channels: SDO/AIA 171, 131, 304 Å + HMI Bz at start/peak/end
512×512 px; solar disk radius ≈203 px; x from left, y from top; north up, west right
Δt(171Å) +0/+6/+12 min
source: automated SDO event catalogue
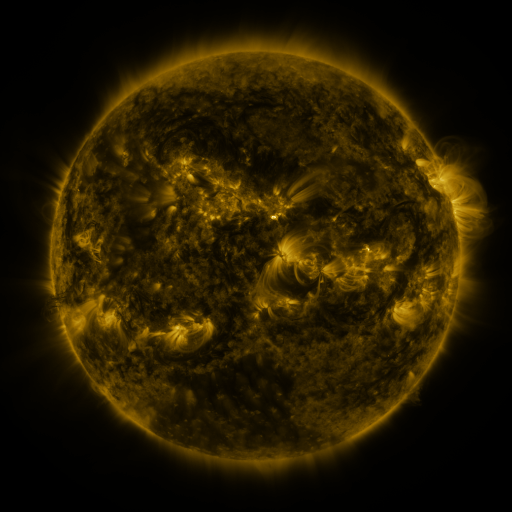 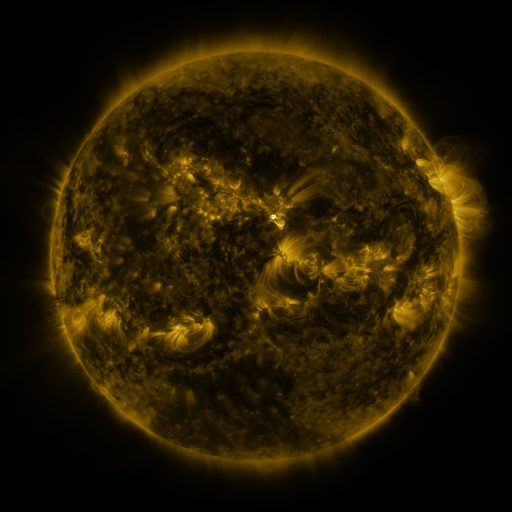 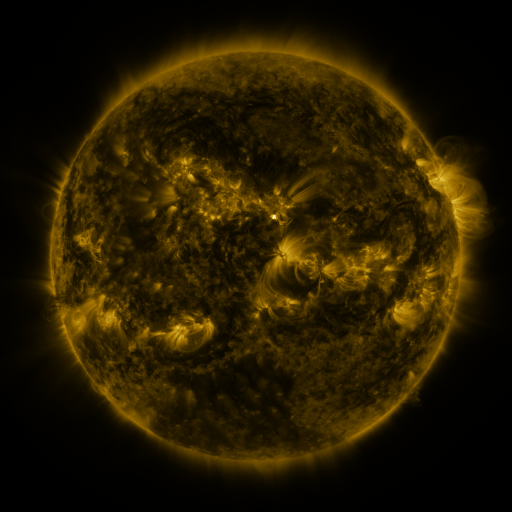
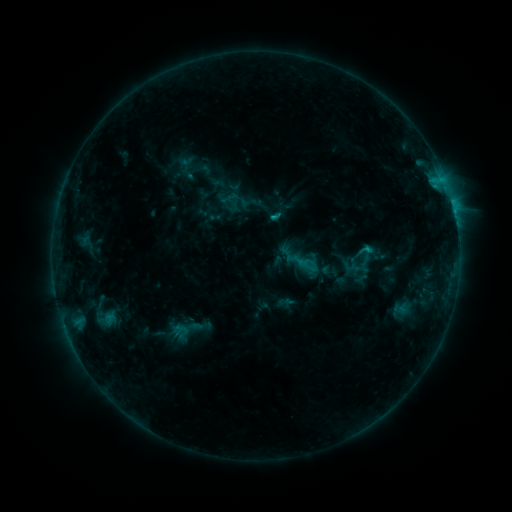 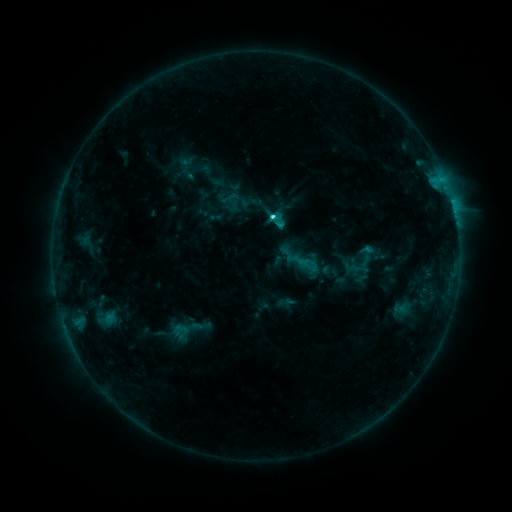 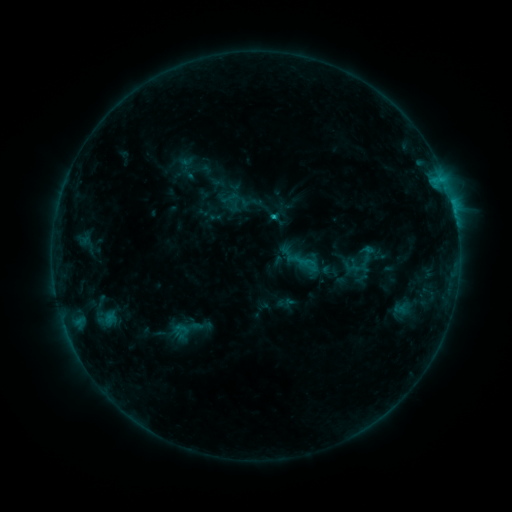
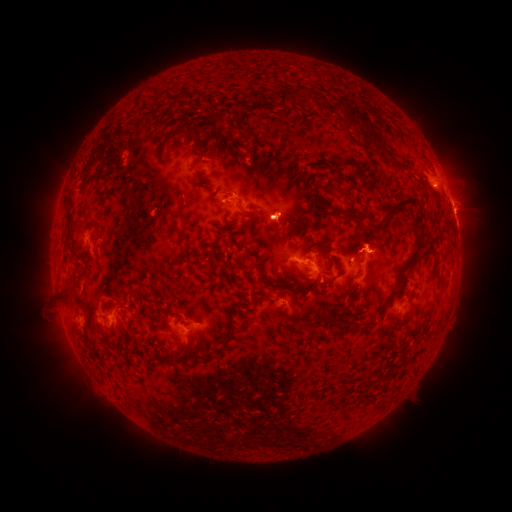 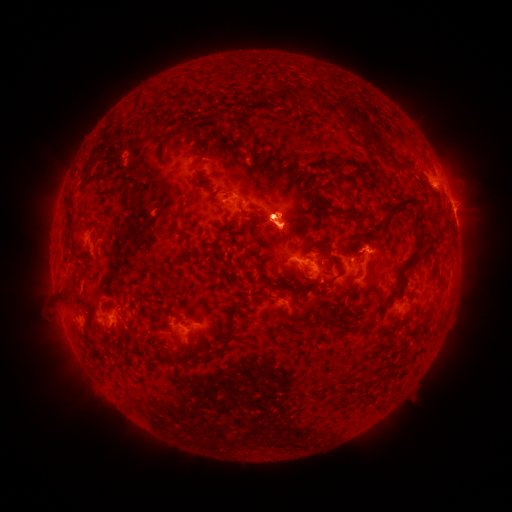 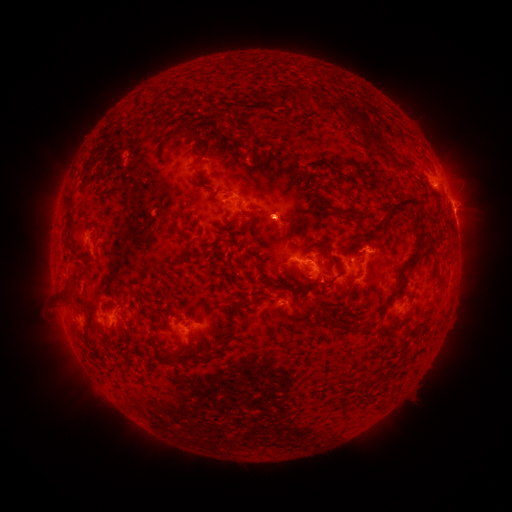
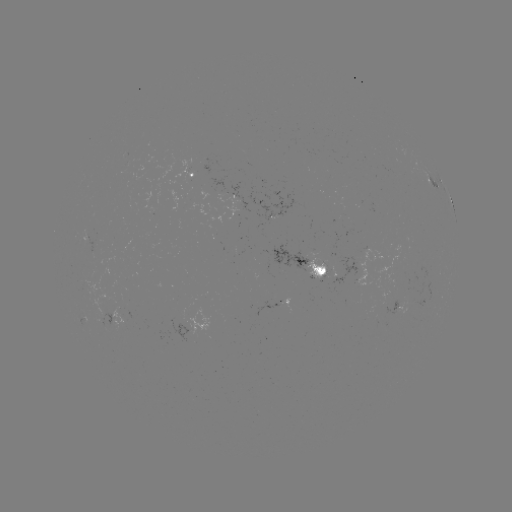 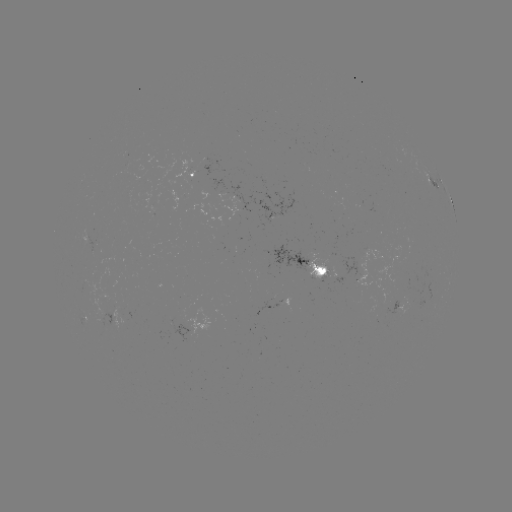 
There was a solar flare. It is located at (270, 218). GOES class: C2.0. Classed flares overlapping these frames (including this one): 1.